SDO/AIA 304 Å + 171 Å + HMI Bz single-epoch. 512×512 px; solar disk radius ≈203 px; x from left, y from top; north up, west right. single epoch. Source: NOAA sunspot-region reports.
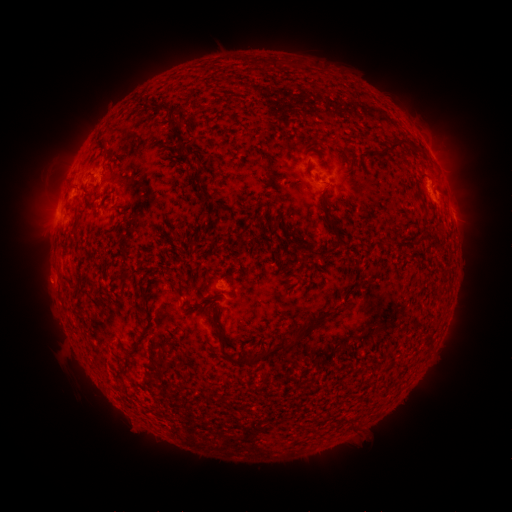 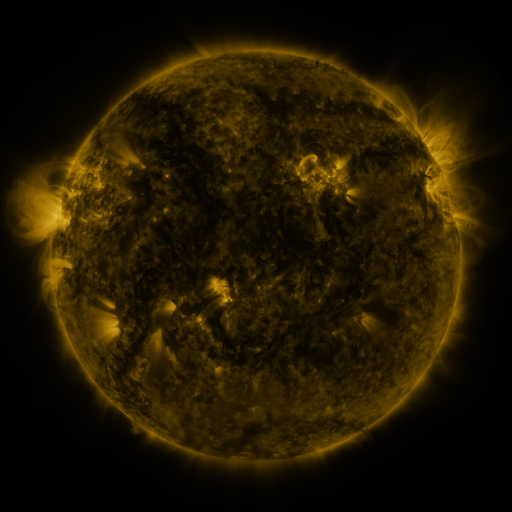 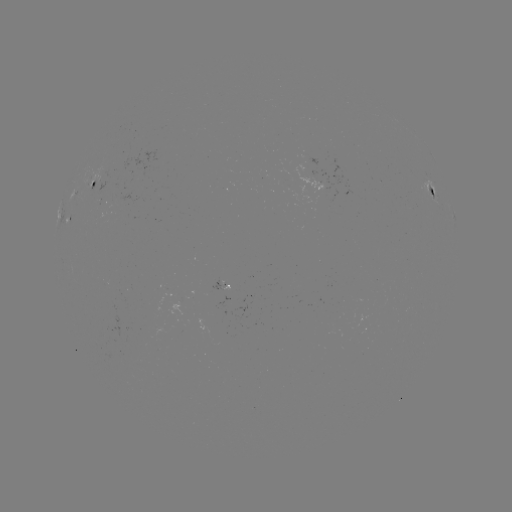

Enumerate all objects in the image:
spotted active region: (95, 180)
spotted active region: (434, 193)
spotted active region: (69, 215)
spotted active region: (454, 215)
